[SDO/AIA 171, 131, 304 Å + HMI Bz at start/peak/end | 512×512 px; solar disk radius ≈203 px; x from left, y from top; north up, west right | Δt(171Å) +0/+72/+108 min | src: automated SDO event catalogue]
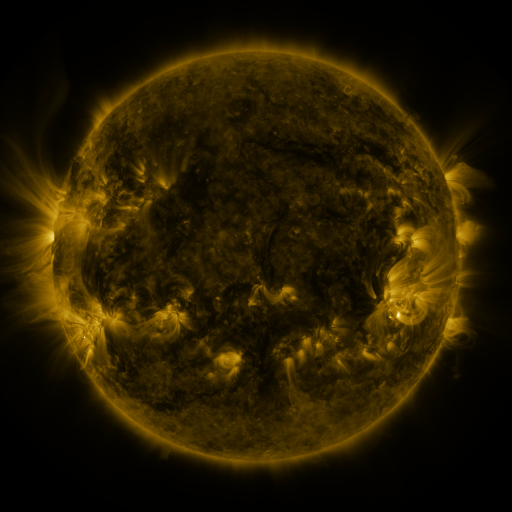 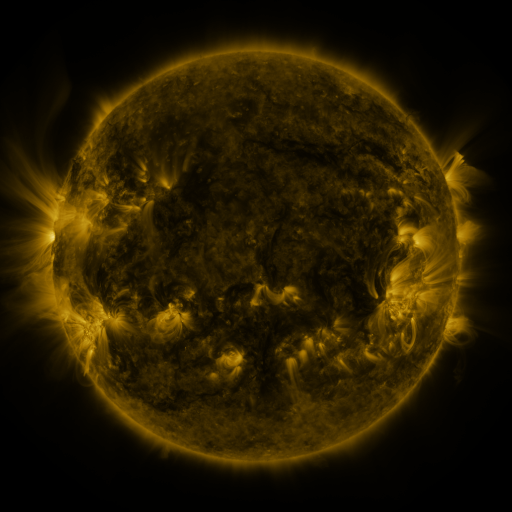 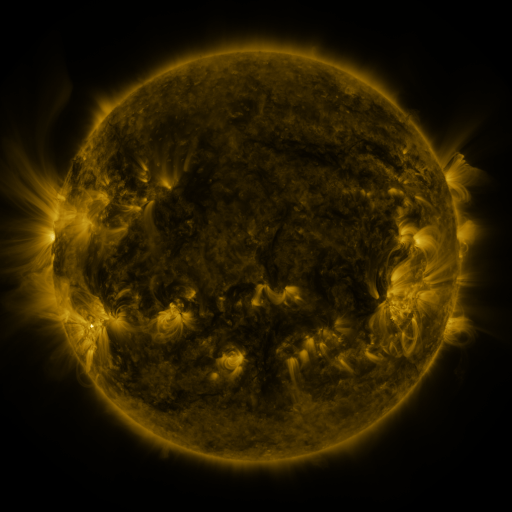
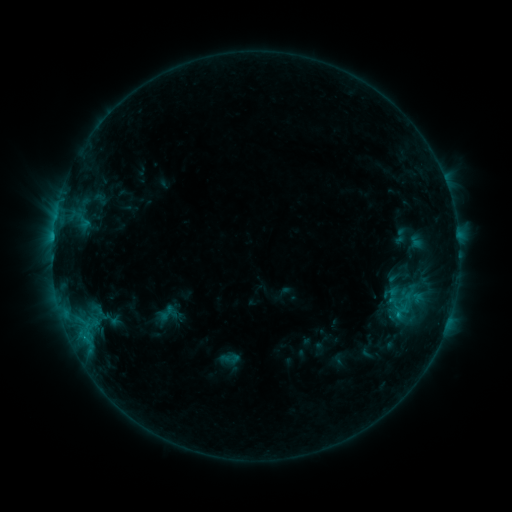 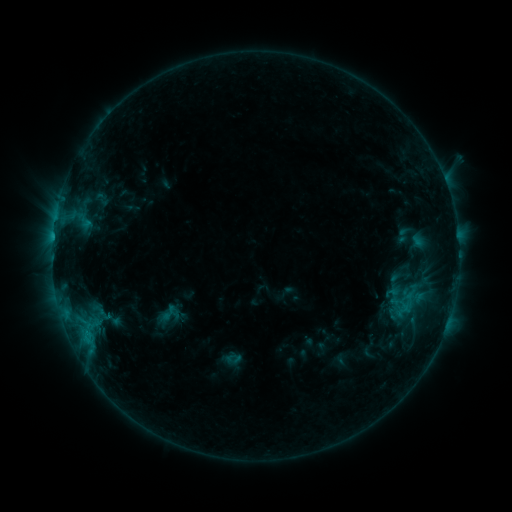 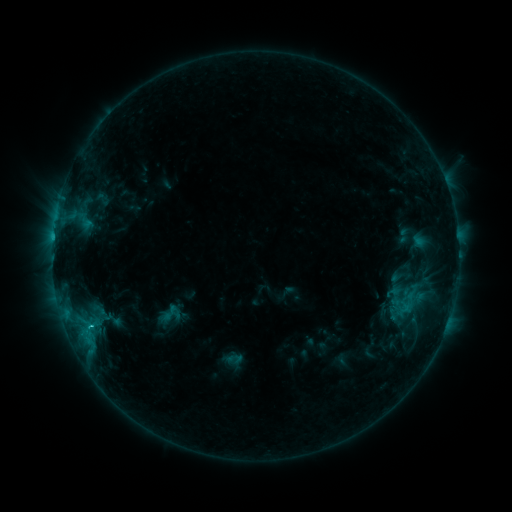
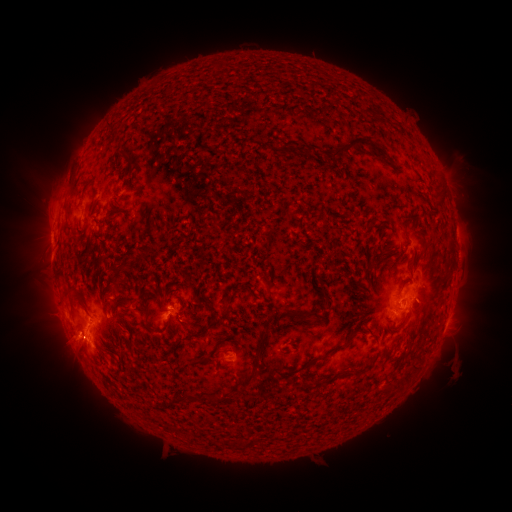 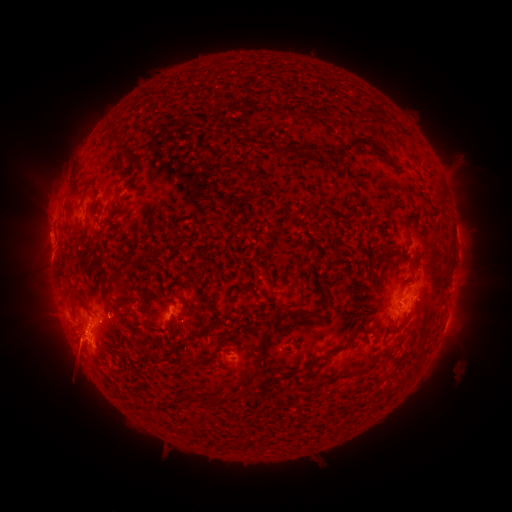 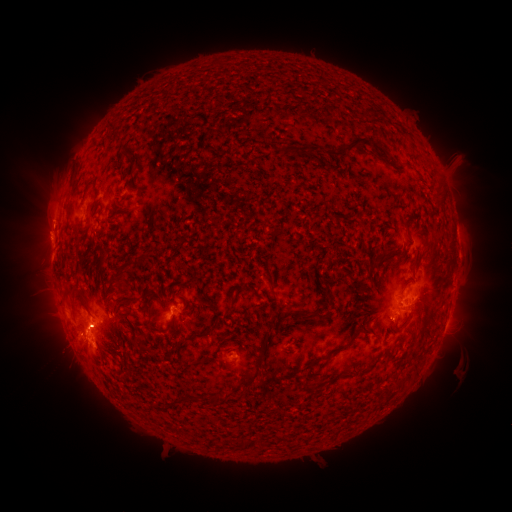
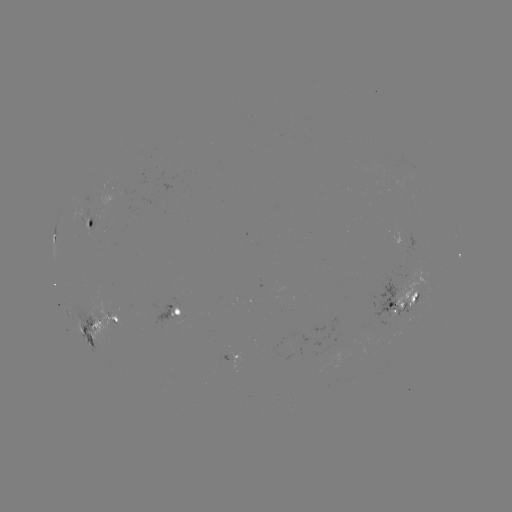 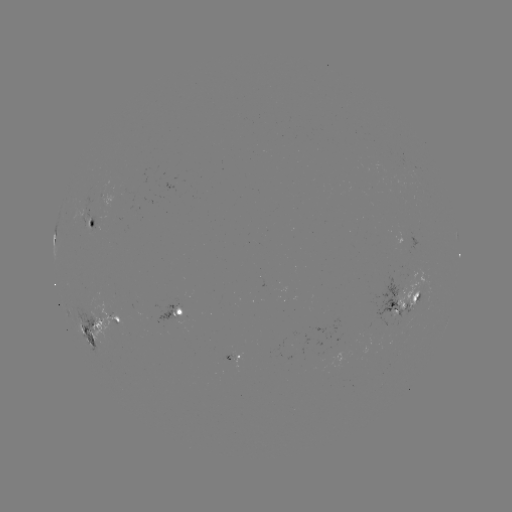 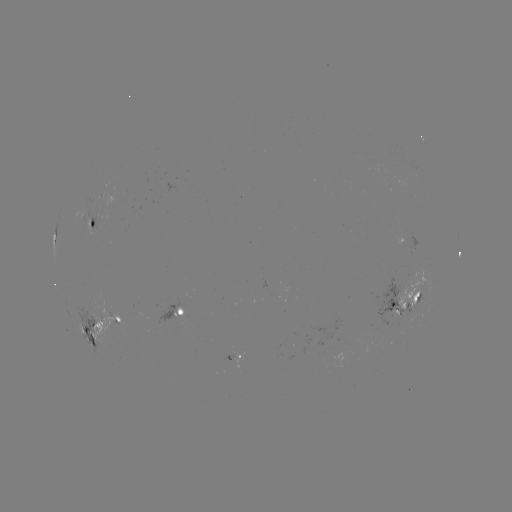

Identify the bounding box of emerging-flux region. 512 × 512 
[370, 279, 413, 341].